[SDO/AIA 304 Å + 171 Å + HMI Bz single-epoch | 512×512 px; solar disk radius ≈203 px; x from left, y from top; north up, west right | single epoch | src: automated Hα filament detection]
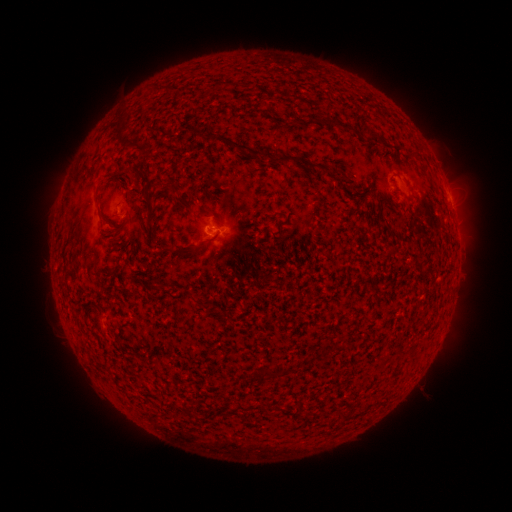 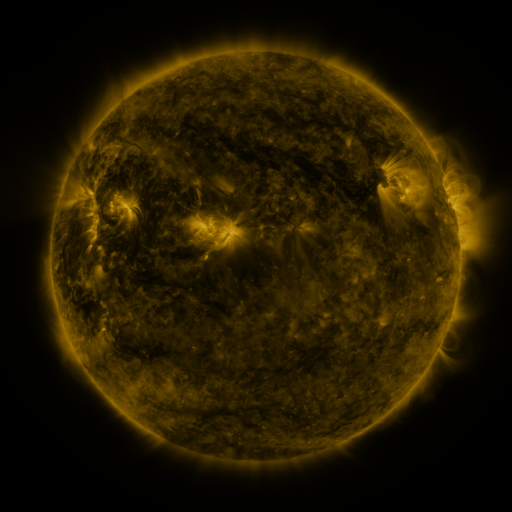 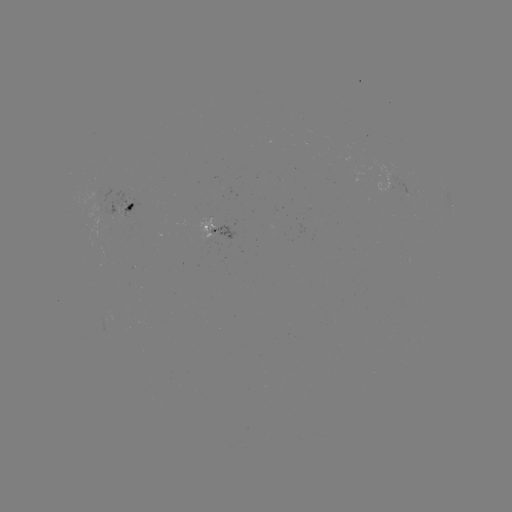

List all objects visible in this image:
filament: (337, 124)
filament: (155, 129)
filament: (124, 139)
filament: (374, 140)
filament: (233, 144)
filament: (296, 160)
filament: (134, 170)
filament: (183, 204)
filament: (105, 218)
filament: (213, 239)
filament: (174, 251)
filament: (197, 302)
filament: (266, 374)
